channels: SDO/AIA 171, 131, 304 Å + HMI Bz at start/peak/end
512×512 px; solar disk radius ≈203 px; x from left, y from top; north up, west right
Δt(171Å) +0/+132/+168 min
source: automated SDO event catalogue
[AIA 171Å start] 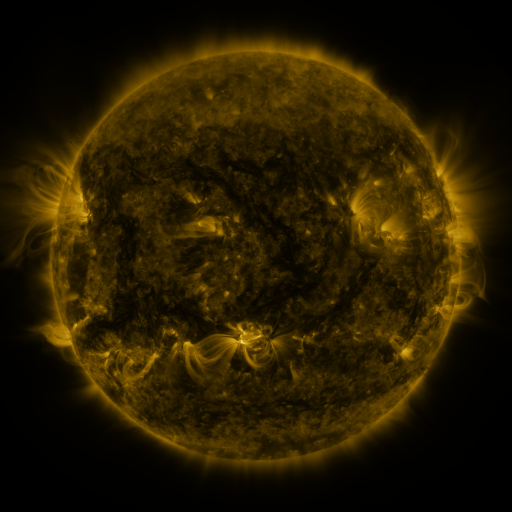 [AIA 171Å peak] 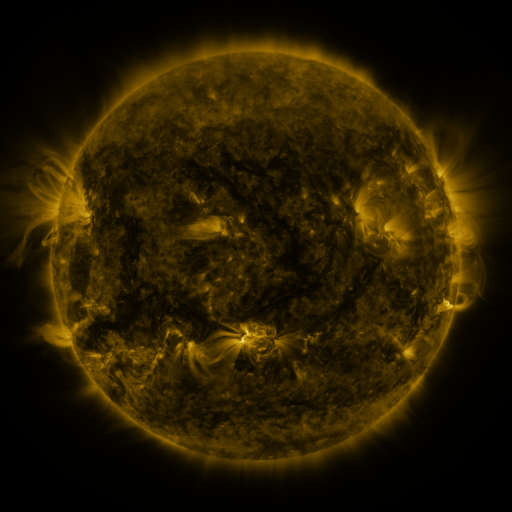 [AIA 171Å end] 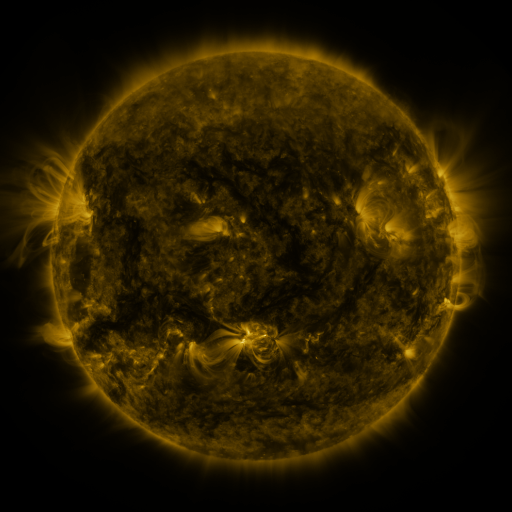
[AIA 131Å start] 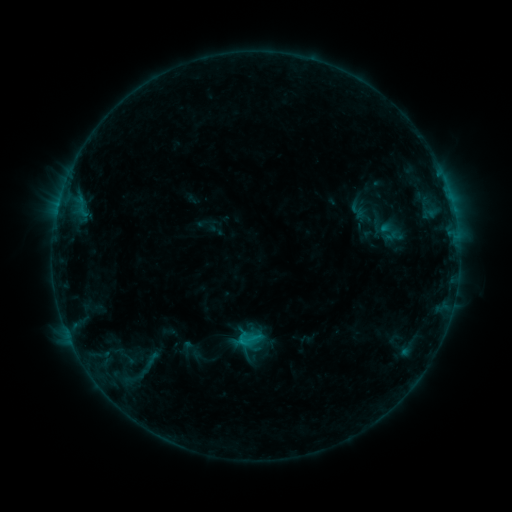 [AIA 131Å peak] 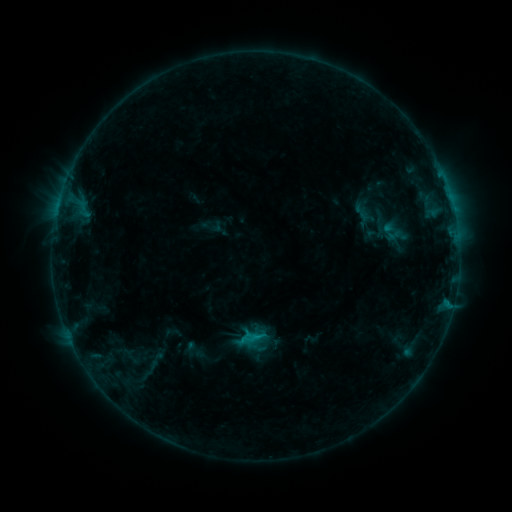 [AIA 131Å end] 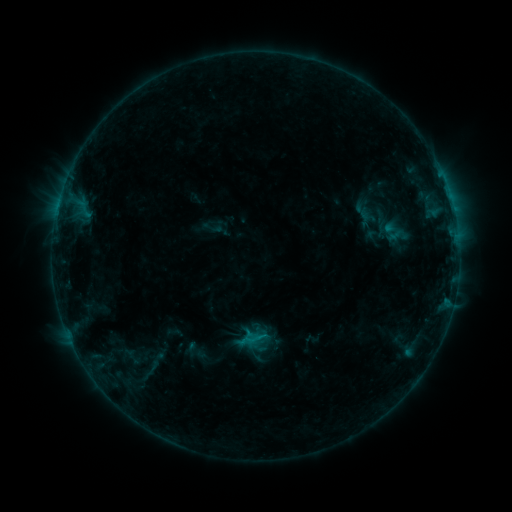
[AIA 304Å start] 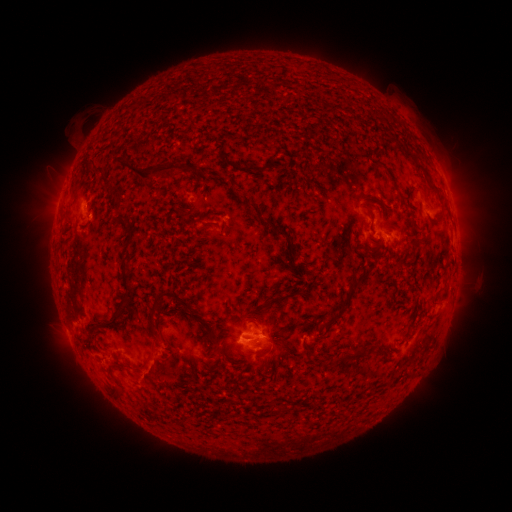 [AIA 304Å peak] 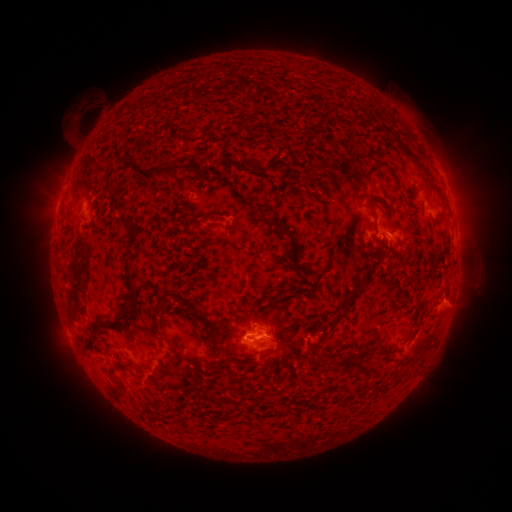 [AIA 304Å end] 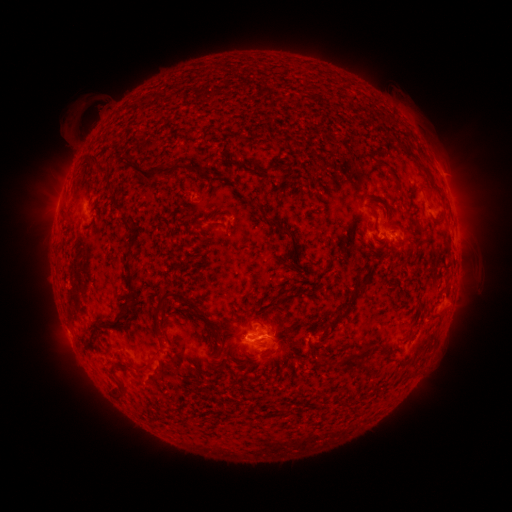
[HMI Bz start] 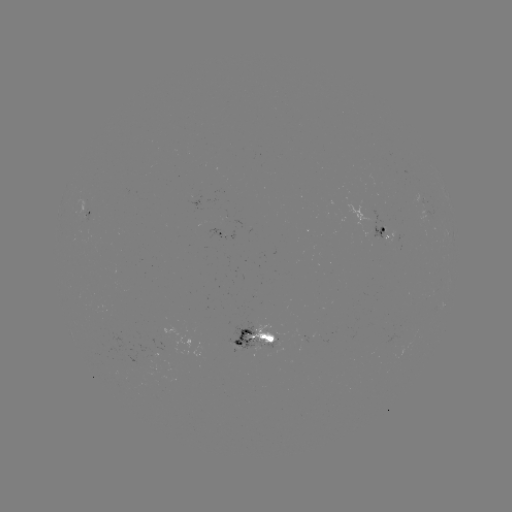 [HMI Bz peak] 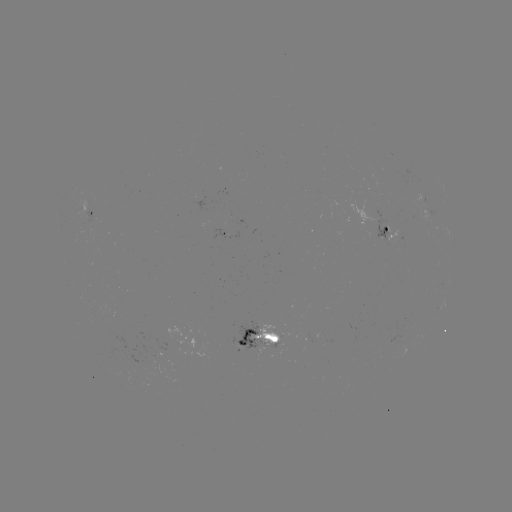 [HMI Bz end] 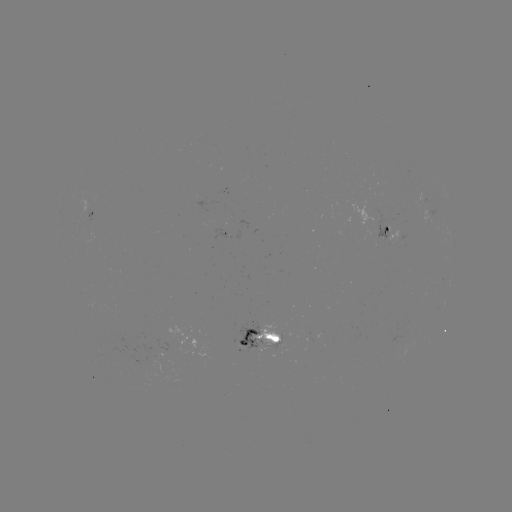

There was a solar emerging-flux region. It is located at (378, 229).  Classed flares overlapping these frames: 1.